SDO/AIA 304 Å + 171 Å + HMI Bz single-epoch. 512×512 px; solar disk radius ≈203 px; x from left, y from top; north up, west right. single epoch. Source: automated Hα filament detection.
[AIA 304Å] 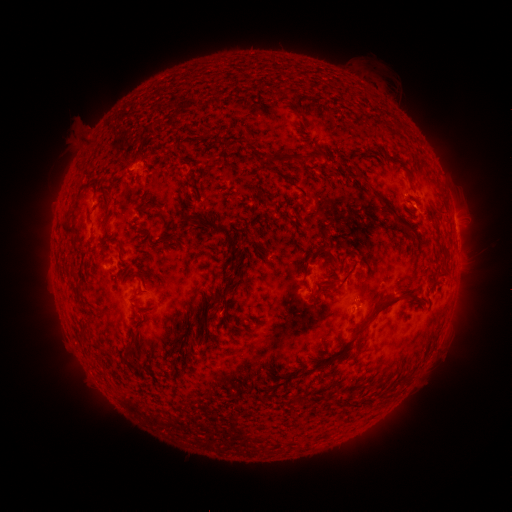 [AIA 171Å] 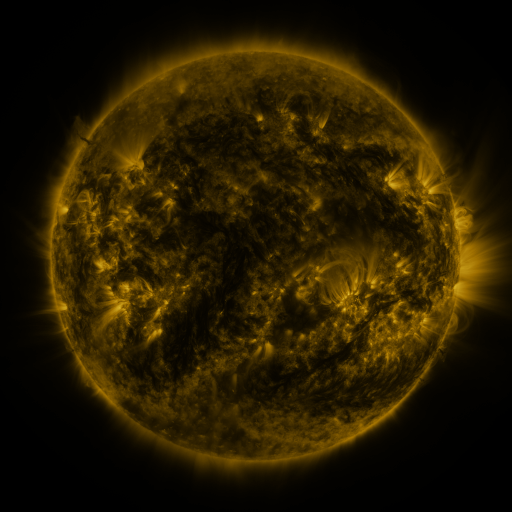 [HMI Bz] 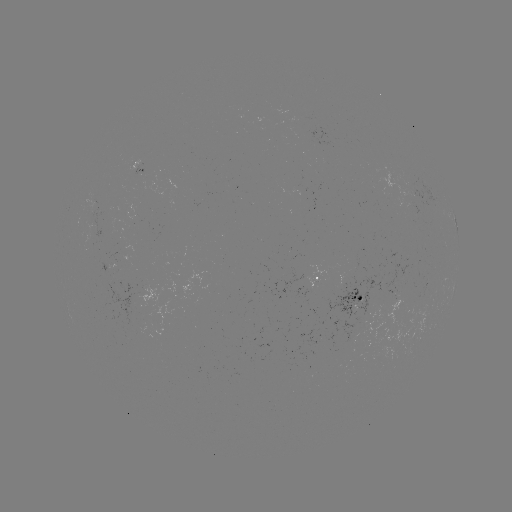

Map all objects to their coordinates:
filament: (251, 106, 263, 119)
filament: (283, 151, 313, 163)
filament: (262, 153, 278, 163)
filament: (267, 166, 279, 175)
filament: (283, 179, 295, 188)
filament: (377, 194, 413, 230)
filament: (145, 205, 156, 214)
filament: (160, 215, 168, 225)
filament: (203, 219, 240, 306)
filament: (59, 220, 74, 238)
filament: (109, 239, 123, 253)
filament: (303, 243, 339, 267)
filament: (440, 263, 449, 275)
filament: (107, 270, 116, 275)
filament: (316, 273, 339, 288)
filament: (210, 288, 220, 298)
filament: (293, 290, 423, 380)
filament: (80, 323, 91, 344)
filament: (129, 335, 138, 348)
filament: (122, 352, 132, 361)
